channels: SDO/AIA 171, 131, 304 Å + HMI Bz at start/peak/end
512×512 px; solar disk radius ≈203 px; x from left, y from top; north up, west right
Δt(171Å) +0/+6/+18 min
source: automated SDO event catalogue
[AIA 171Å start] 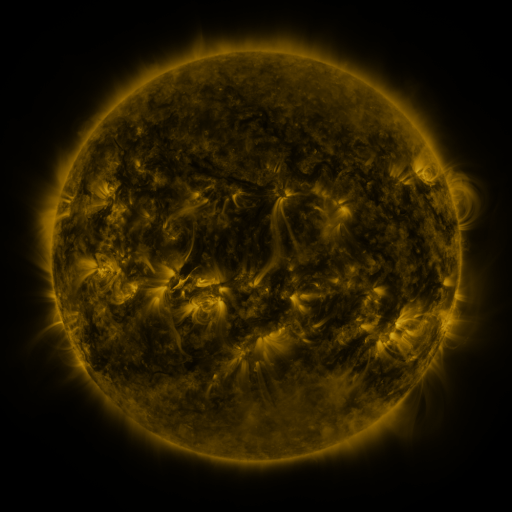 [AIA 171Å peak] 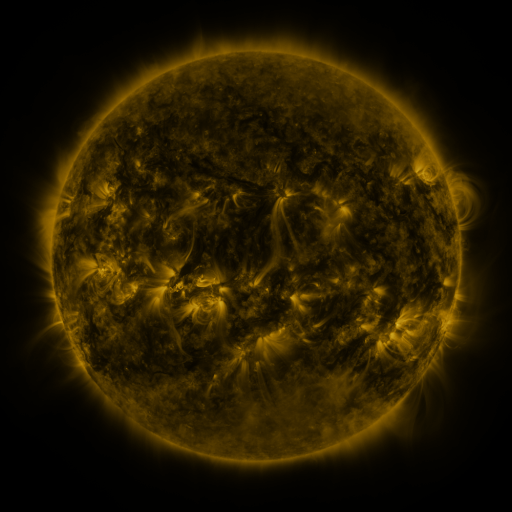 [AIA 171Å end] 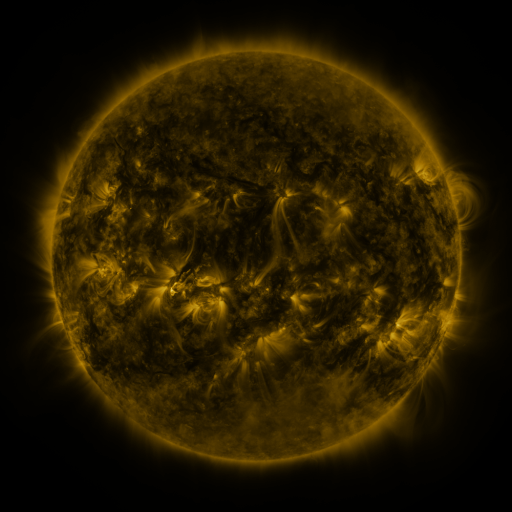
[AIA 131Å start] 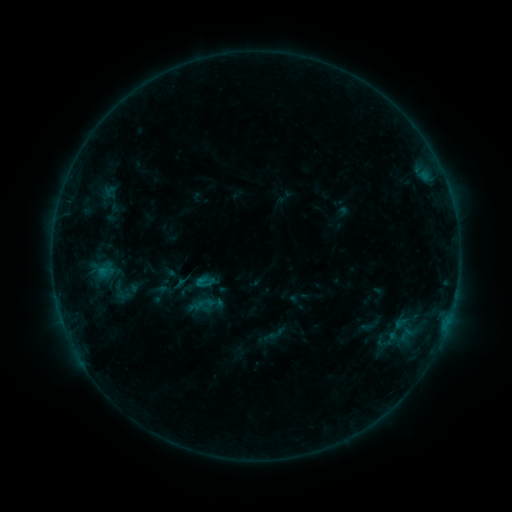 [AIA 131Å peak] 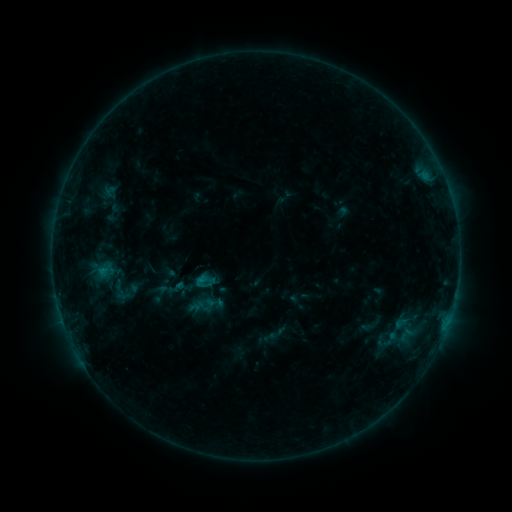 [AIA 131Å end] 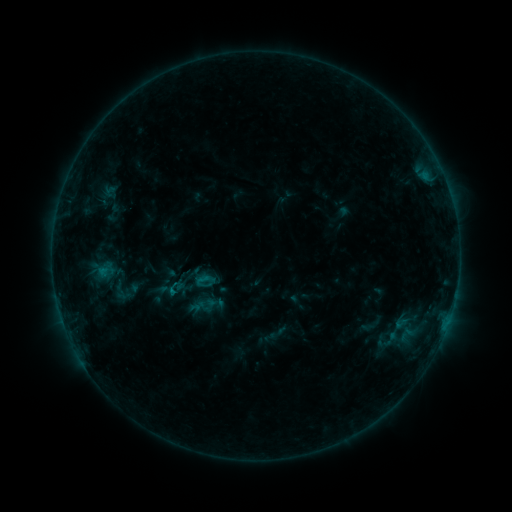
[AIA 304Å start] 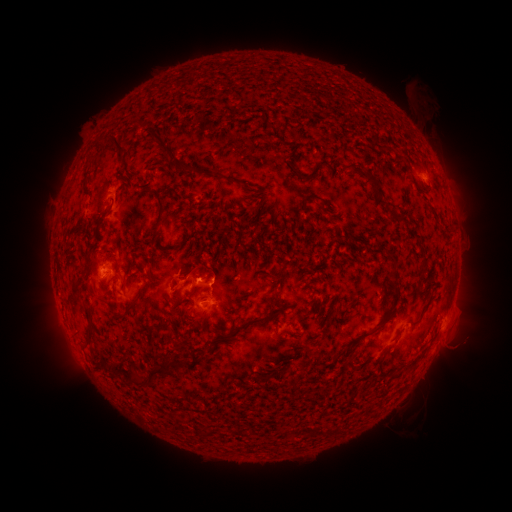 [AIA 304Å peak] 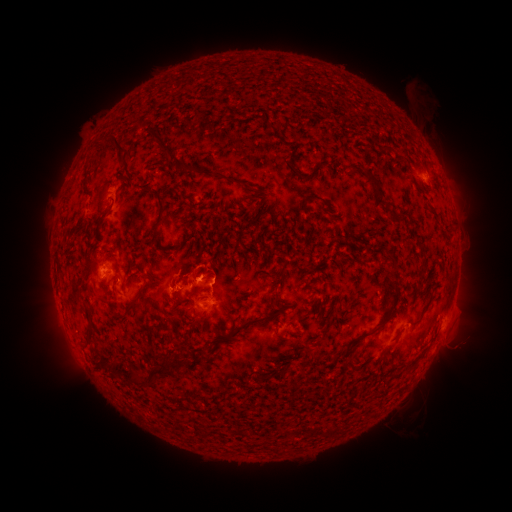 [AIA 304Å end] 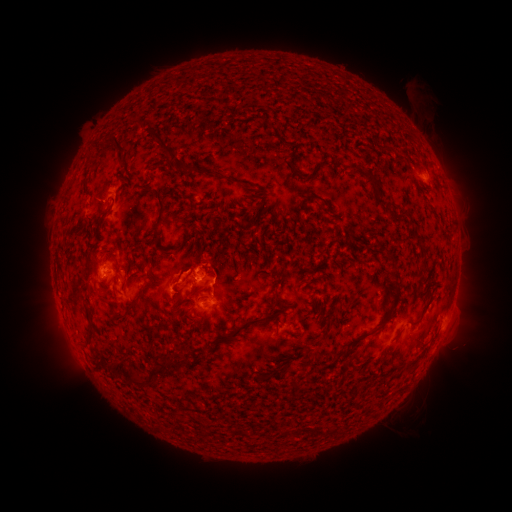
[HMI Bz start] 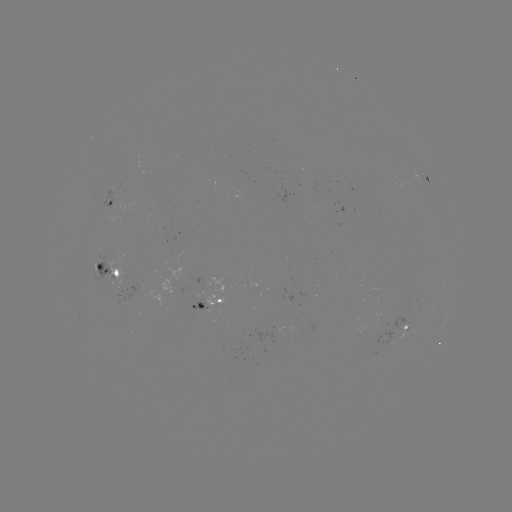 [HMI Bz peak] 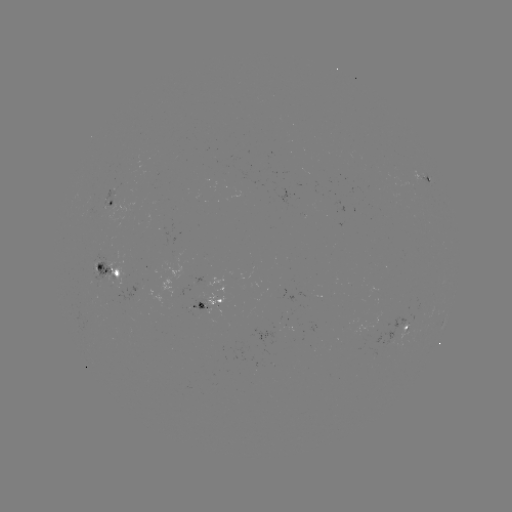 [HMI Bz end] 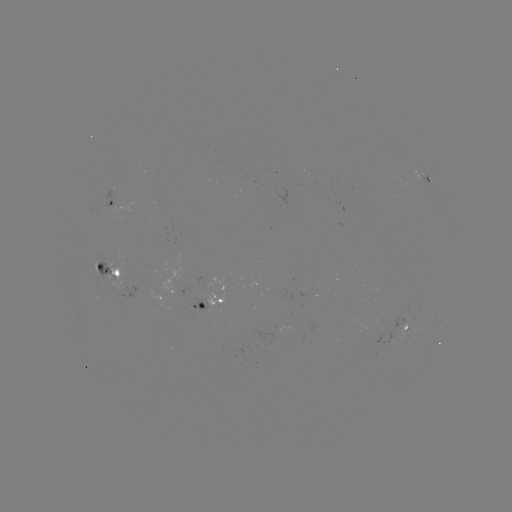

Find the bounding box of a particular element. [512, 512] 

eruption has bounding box [149, 242, 230, 320].